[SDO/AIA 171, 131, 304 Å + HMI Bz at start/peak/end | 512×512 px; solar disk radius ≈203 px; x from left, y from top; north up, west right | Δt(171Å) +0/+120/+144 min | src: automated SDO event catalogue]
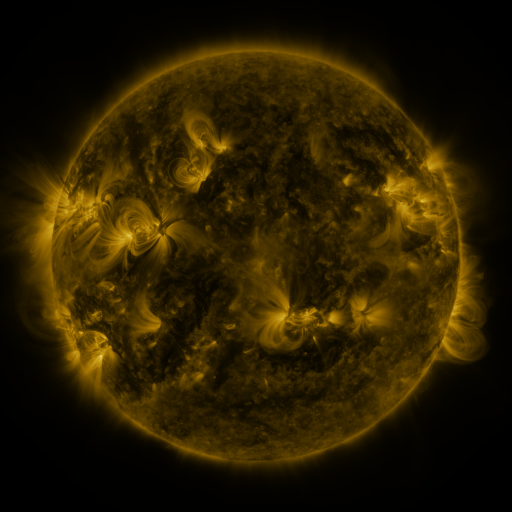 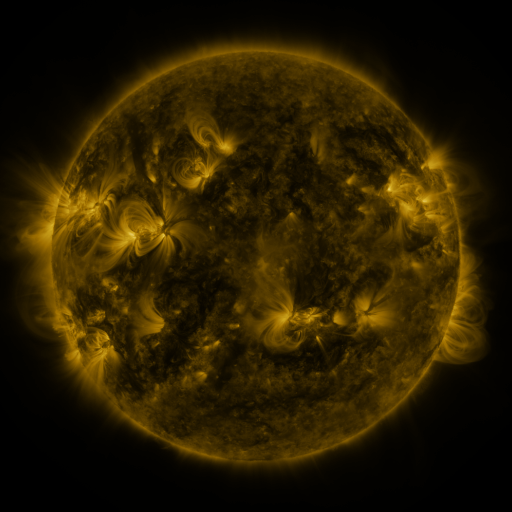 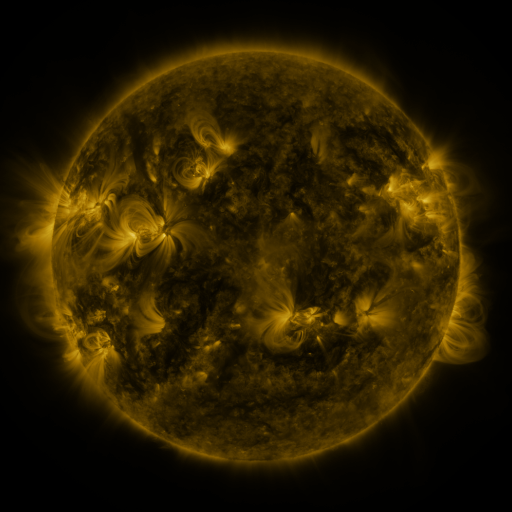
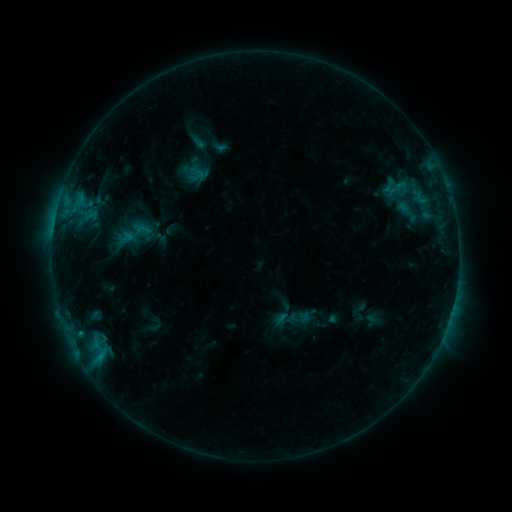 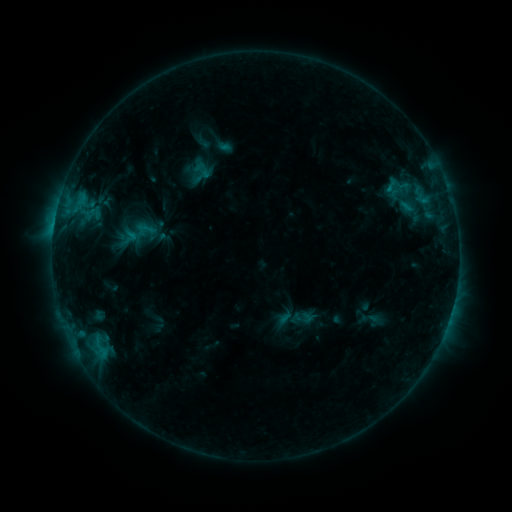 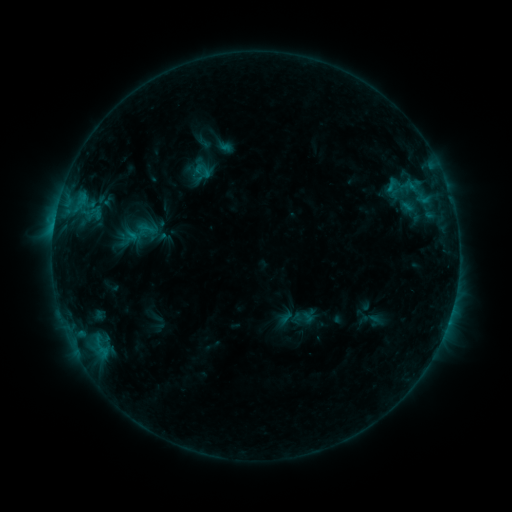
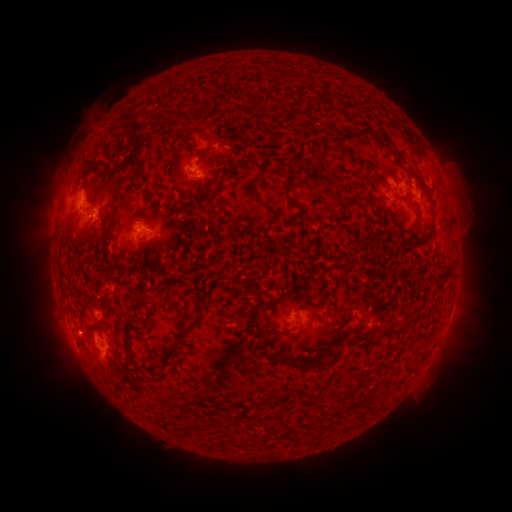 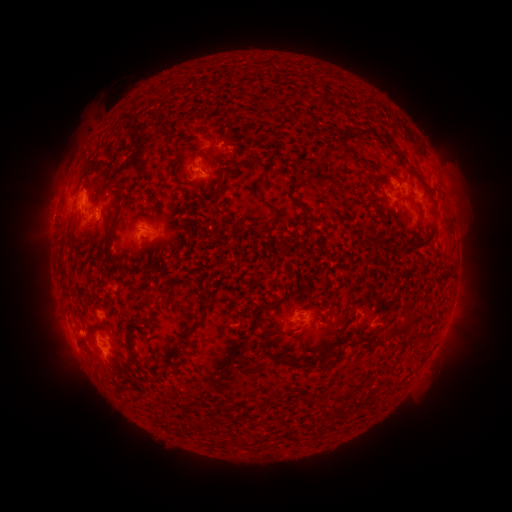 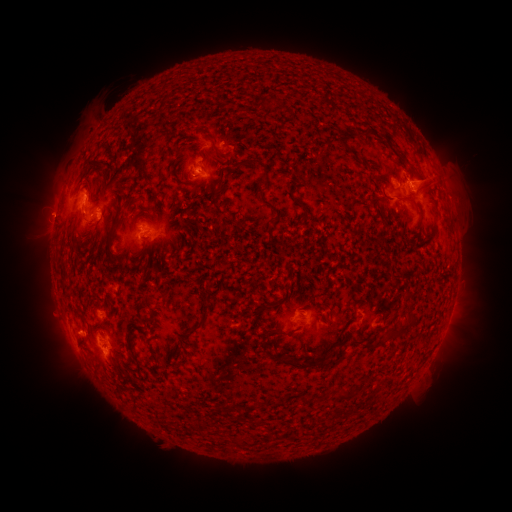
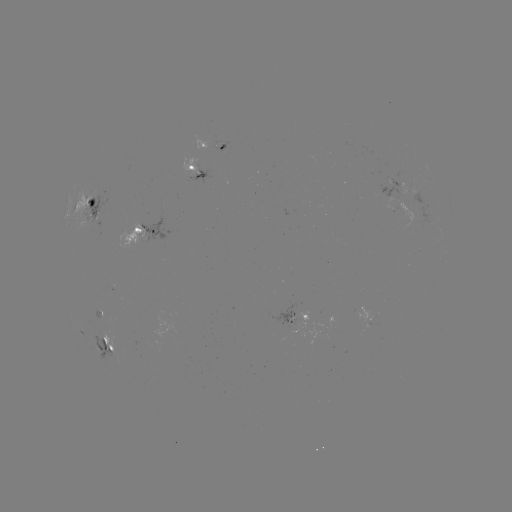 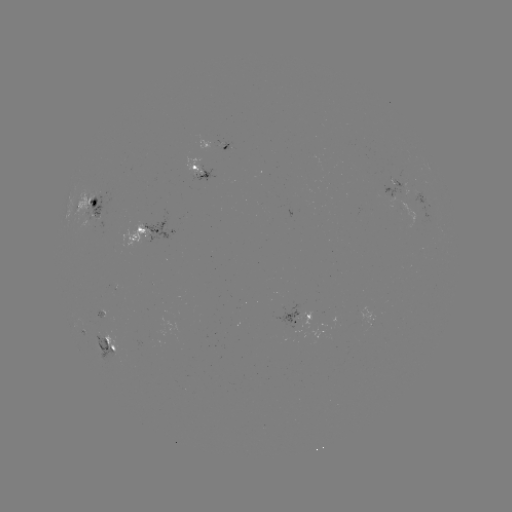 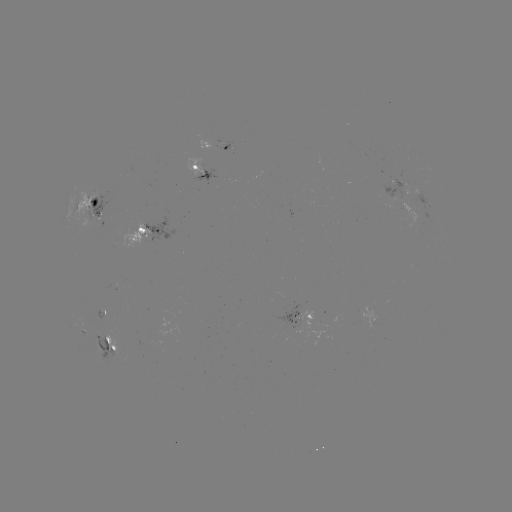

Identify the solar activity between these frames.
emerging-flux region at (93, 201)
